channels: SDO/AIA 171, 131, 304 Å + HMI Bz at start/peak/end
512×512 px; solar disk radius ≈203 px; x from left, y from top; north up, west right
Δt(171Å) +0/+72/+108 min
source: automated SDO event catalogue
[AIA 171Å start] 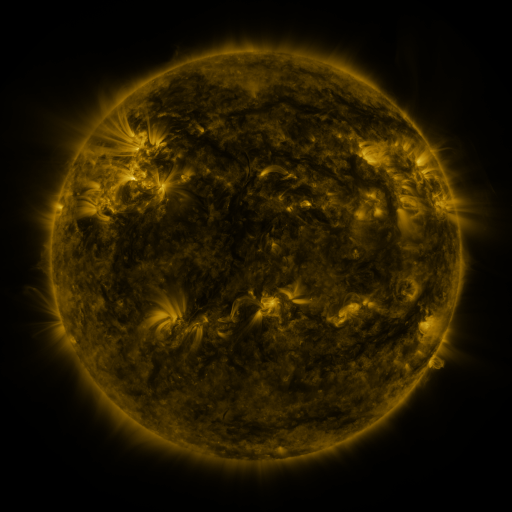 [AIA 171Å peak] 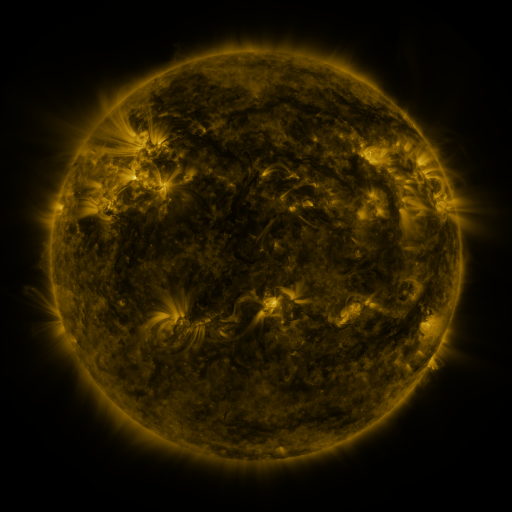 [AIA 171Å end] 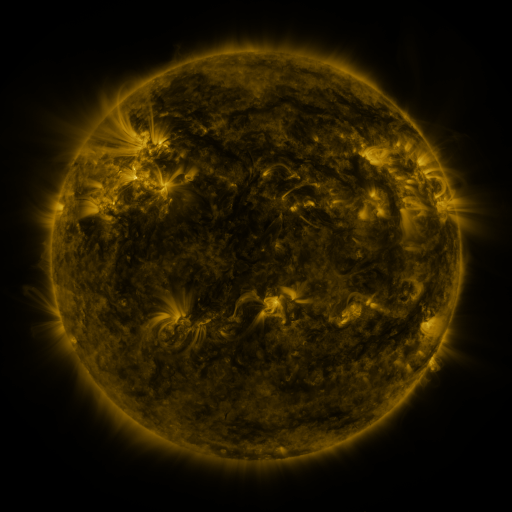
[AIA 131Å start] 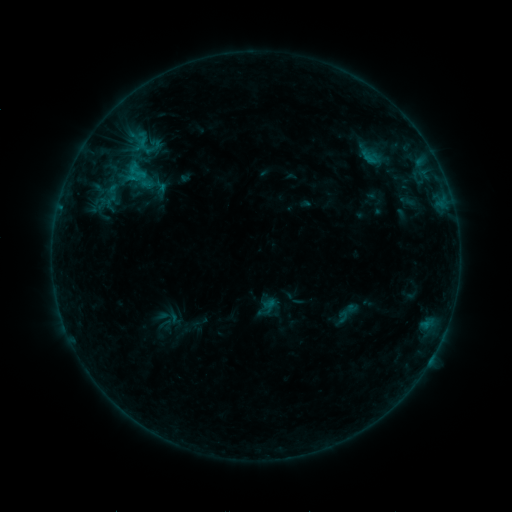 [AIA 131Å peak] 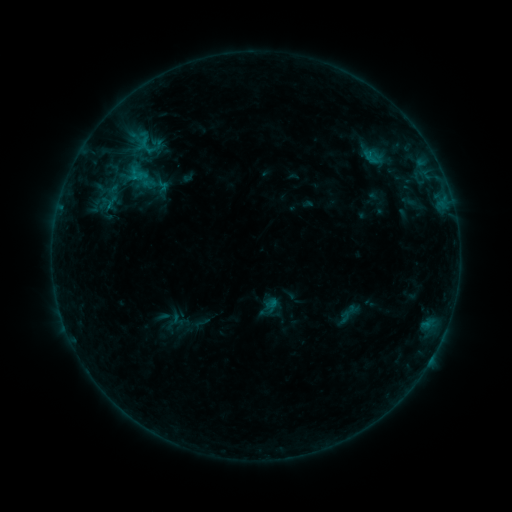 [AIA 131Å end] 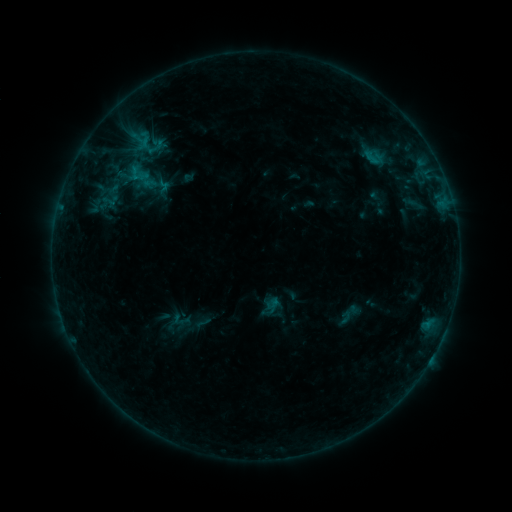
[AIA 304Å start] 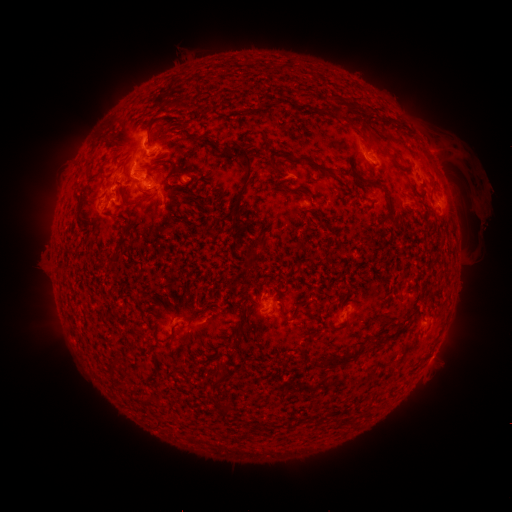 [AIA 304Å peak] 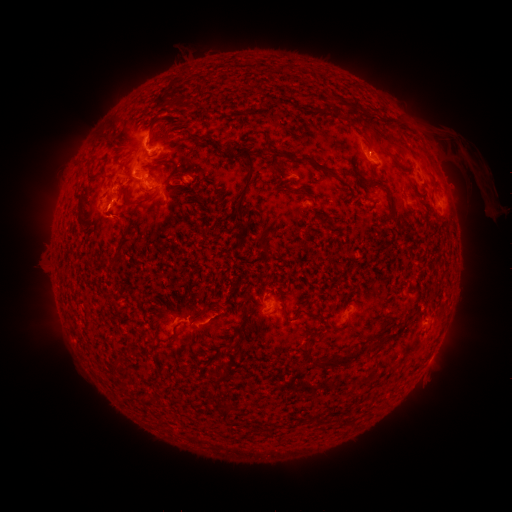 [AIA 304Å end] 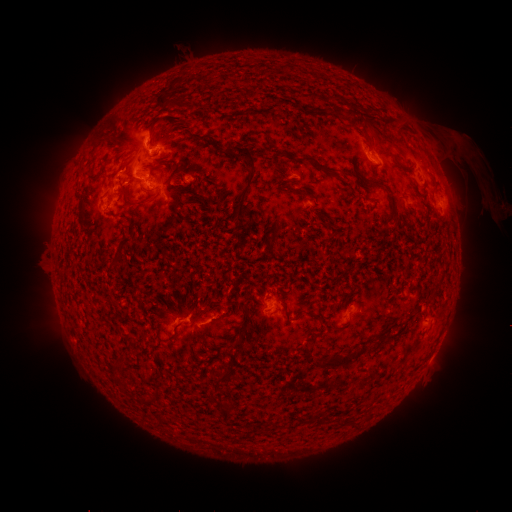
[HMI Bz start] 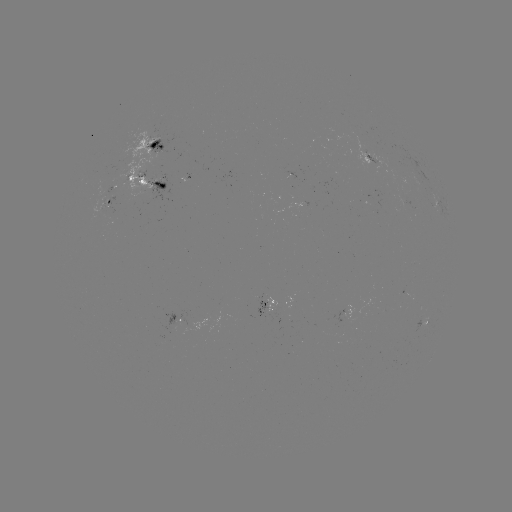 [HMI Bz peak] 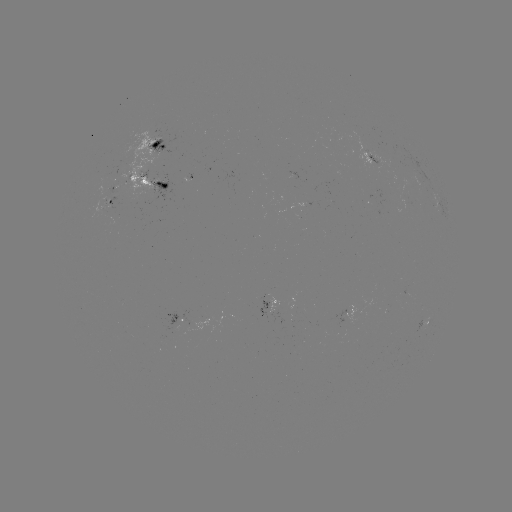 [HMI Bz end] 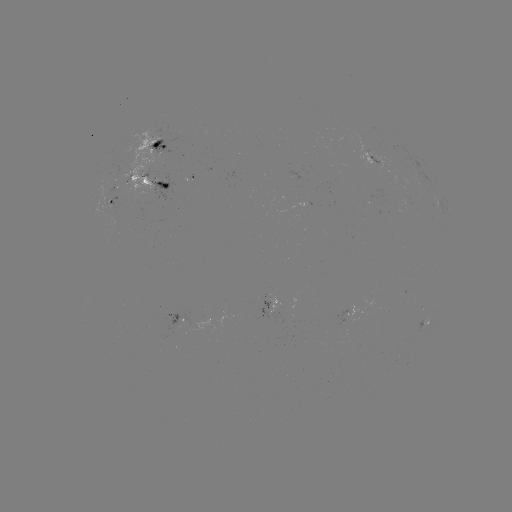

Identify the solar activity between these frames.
emerging-flux region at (115, 192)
